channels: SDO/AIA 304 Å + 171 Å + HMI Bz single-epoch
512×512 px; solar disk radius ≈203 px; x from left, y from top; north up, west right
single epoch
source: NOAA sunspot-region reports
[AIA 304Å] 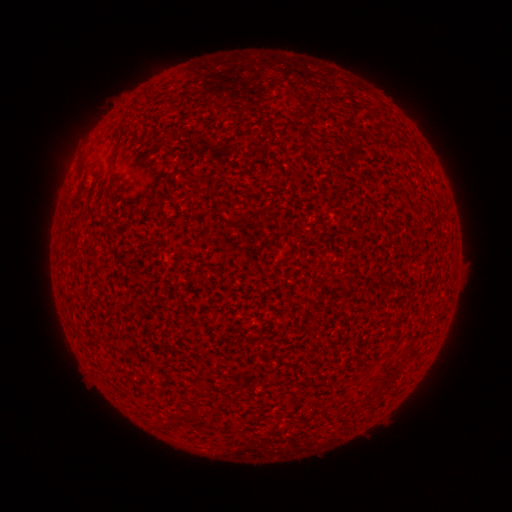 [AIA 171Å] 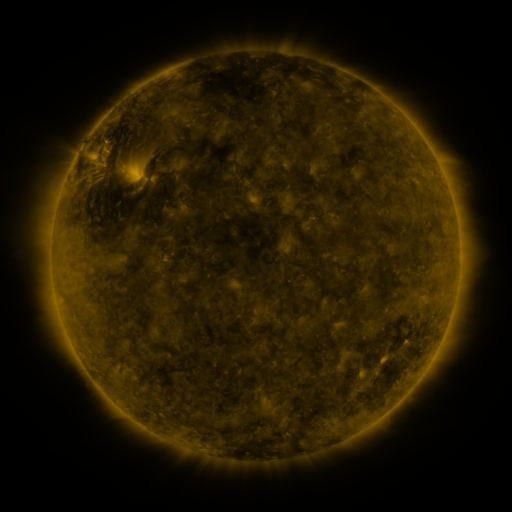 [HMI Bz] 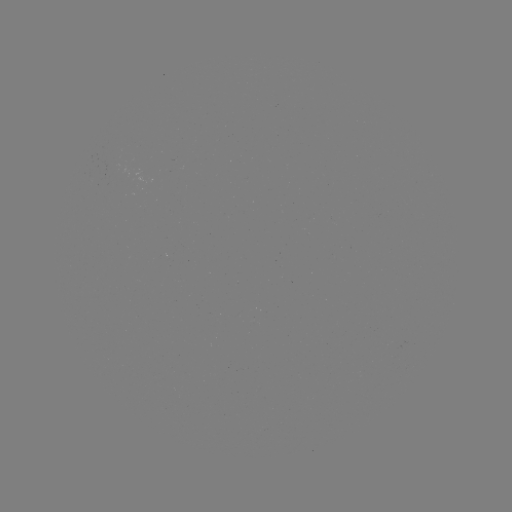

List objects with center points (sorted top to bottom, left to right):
(none)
